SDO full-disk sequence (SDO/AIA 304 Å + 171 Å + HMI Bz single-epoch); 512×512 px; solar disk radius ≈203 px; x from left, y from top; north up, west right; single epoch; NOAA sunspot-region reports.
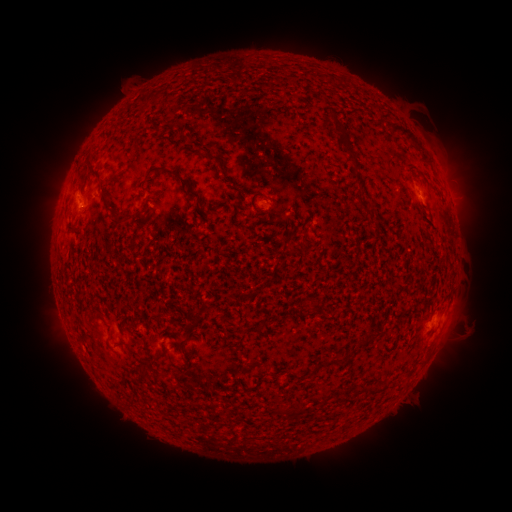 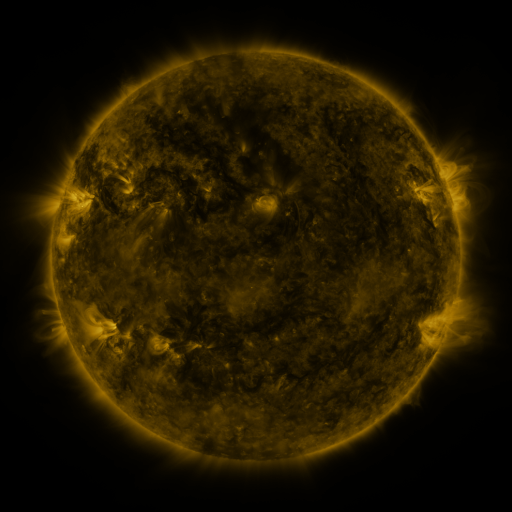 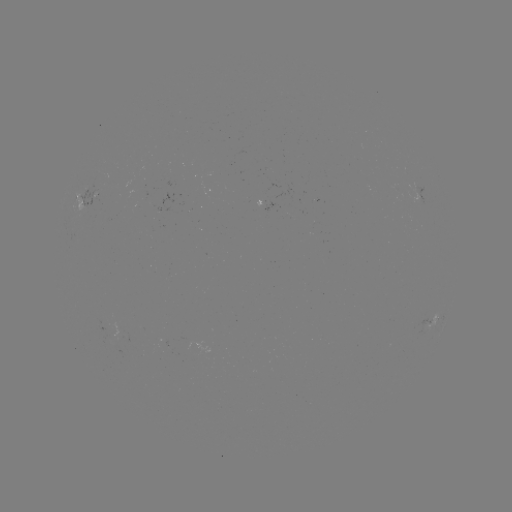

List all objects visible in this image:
spotted active region: (84, 197)
spotted active region: (266, 201)
spotted active region: (434, 322)
